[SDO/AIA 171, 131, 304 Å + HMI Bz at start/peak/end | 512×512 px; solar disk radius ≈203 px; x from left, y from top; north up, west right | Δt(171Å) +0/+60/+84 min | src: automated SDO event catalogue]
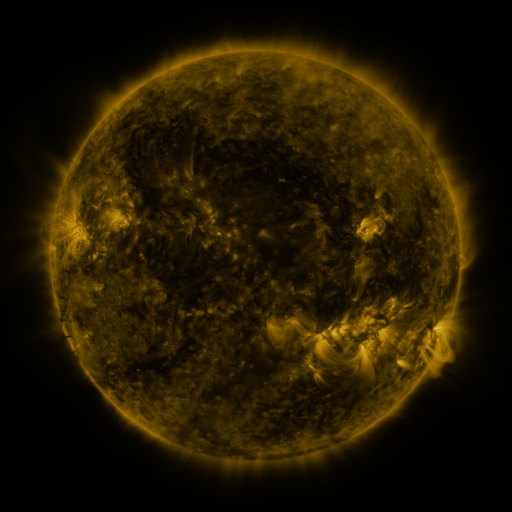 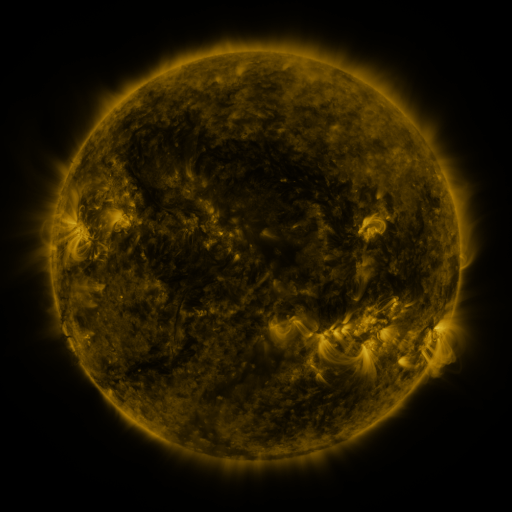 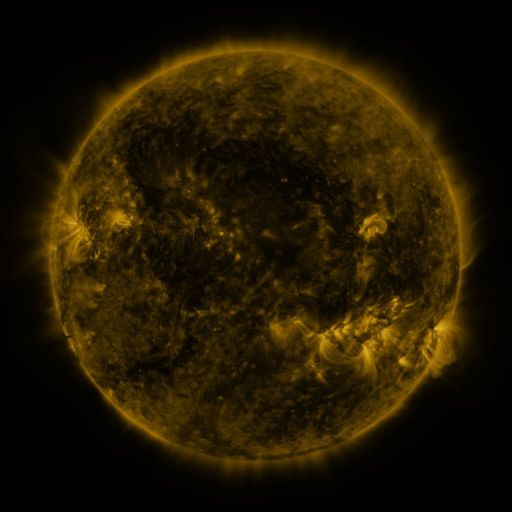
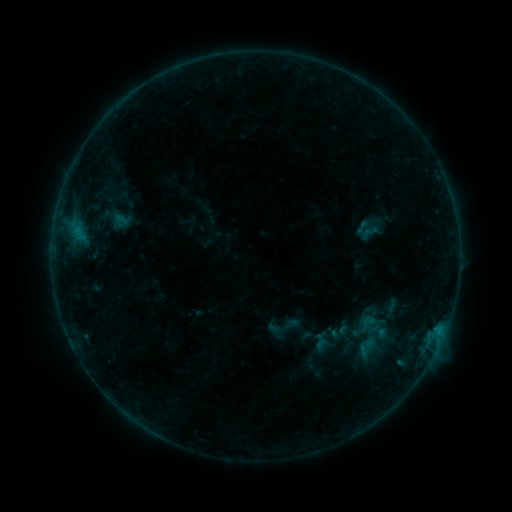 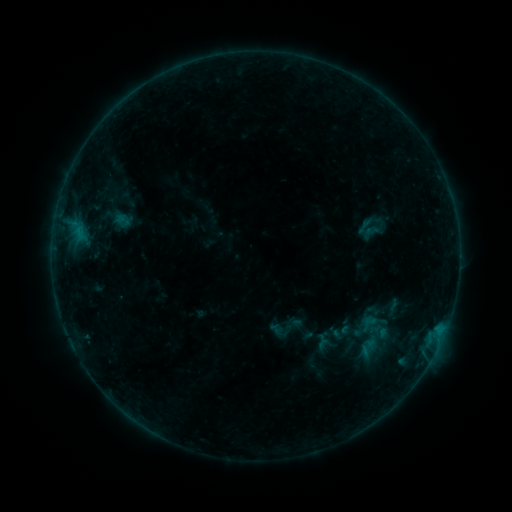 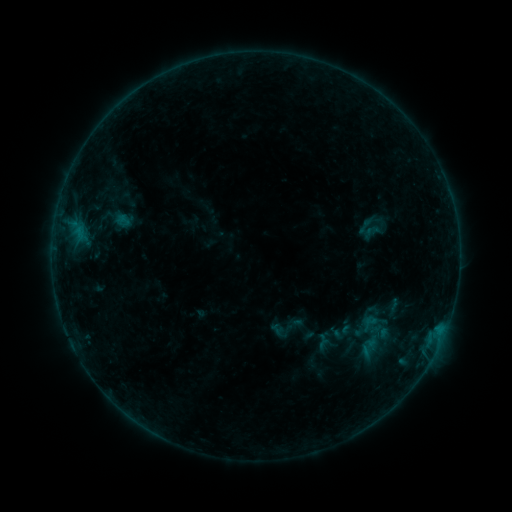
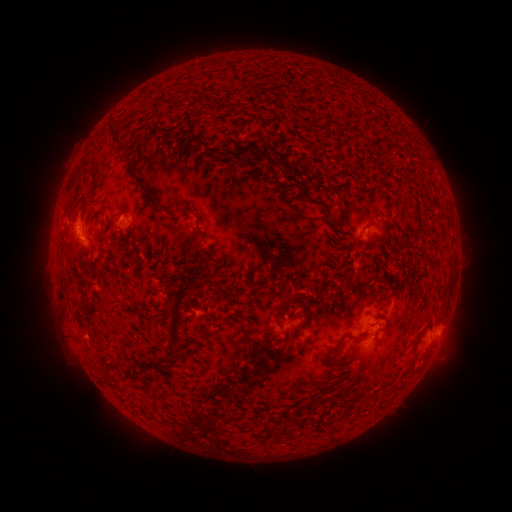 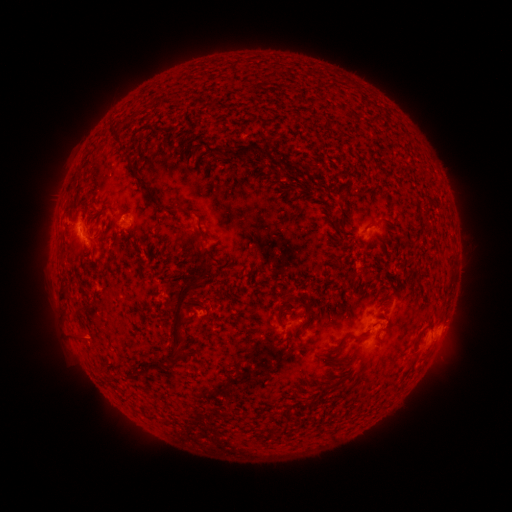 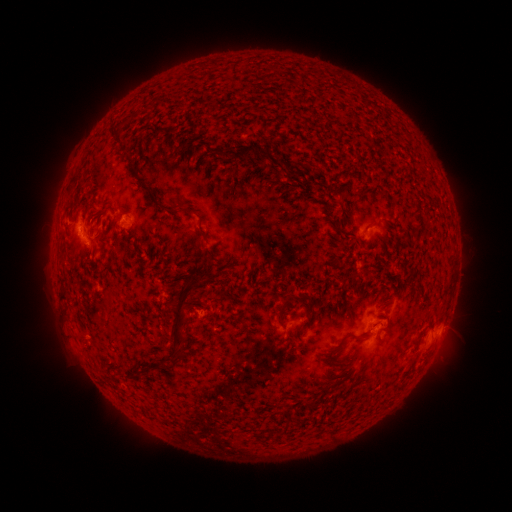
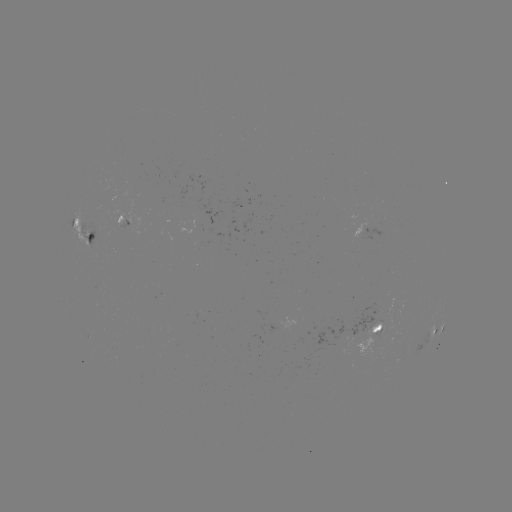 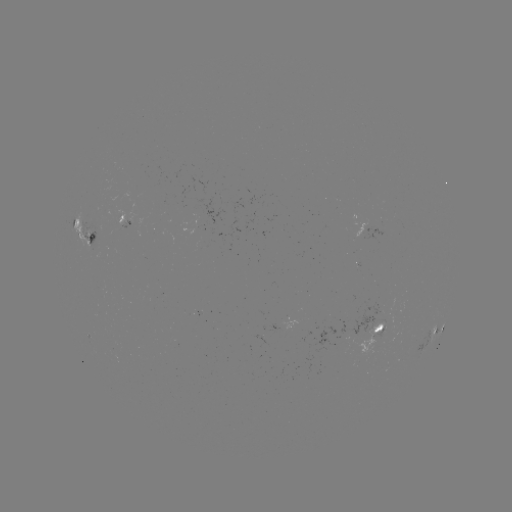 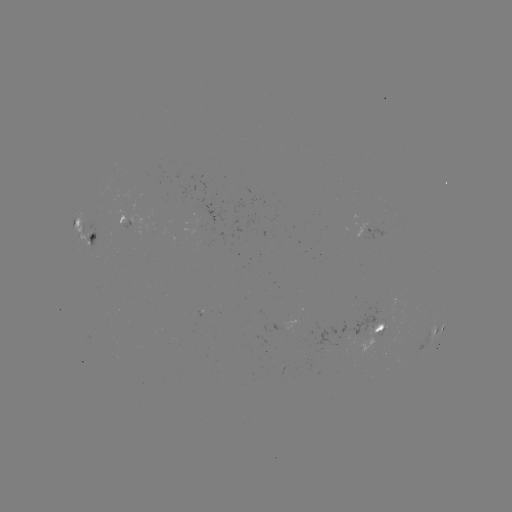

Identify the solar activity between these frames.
emerging-flux region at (378, 333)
